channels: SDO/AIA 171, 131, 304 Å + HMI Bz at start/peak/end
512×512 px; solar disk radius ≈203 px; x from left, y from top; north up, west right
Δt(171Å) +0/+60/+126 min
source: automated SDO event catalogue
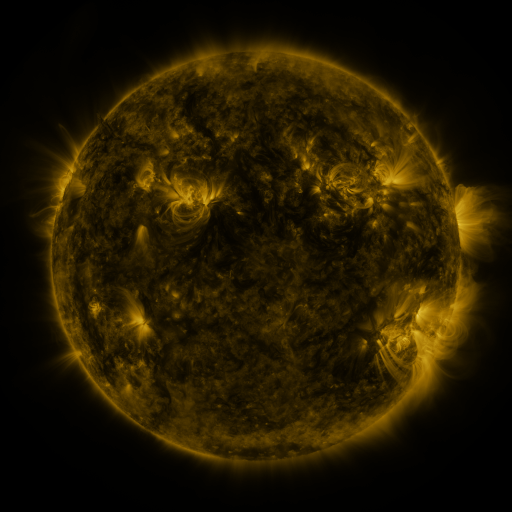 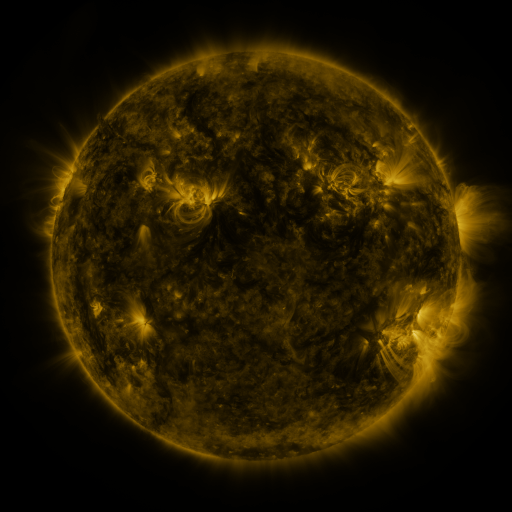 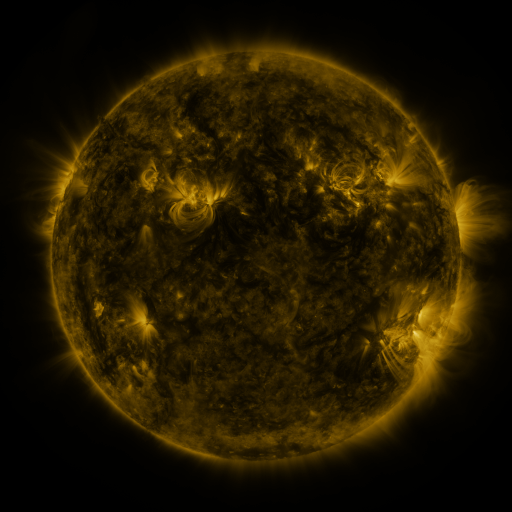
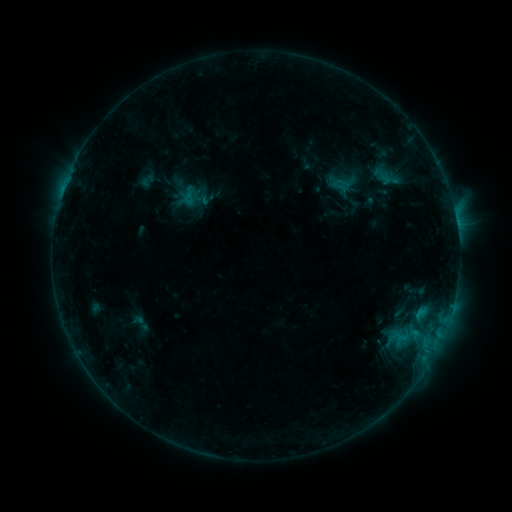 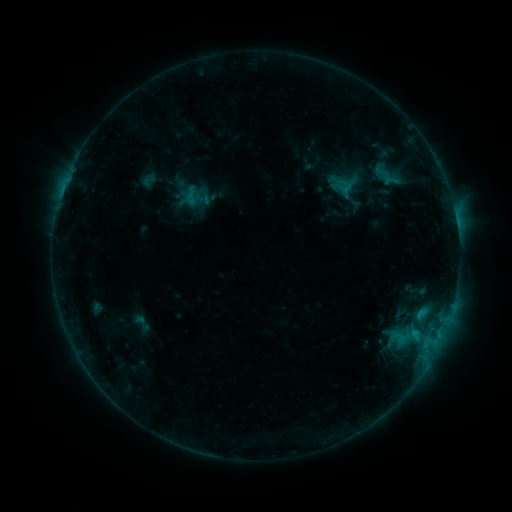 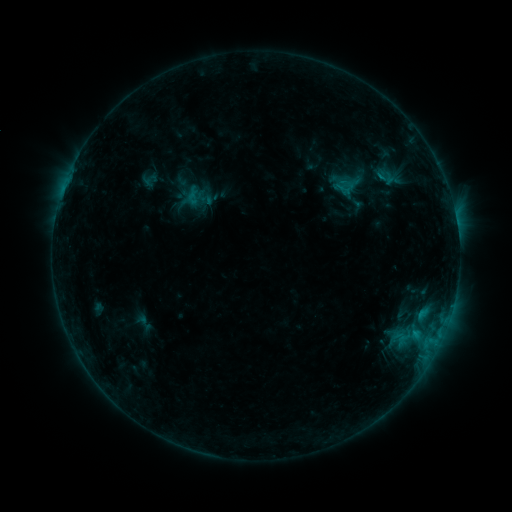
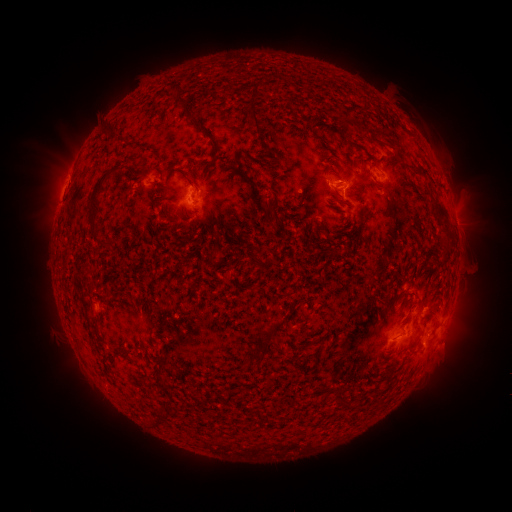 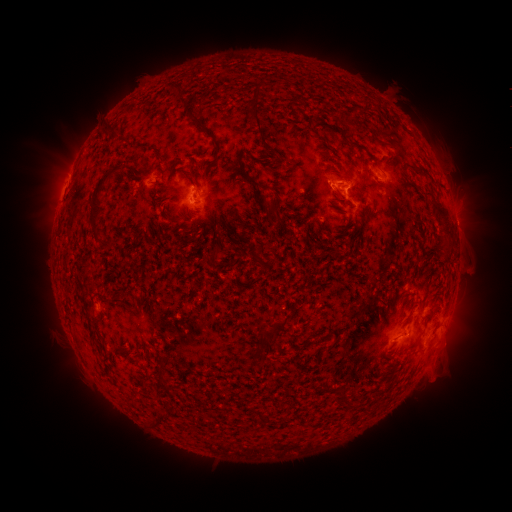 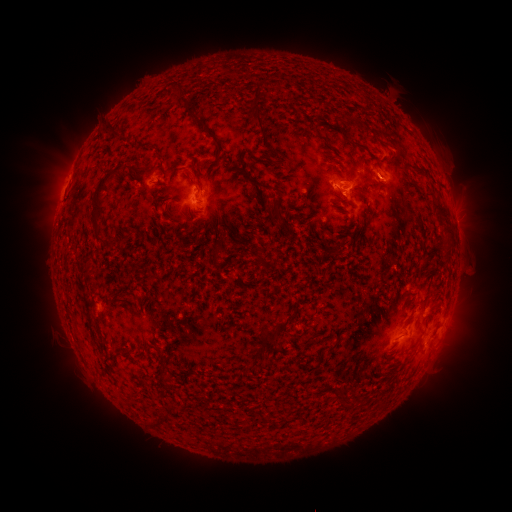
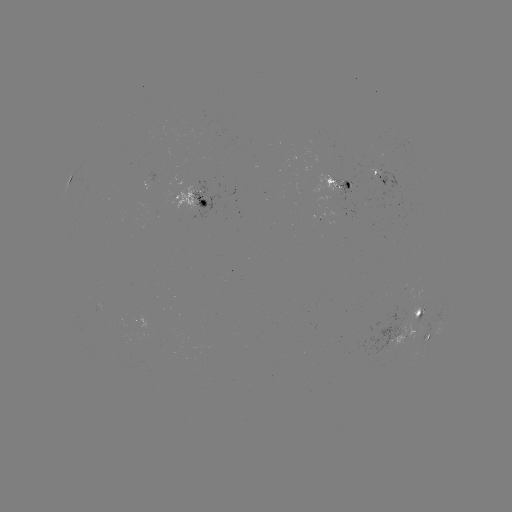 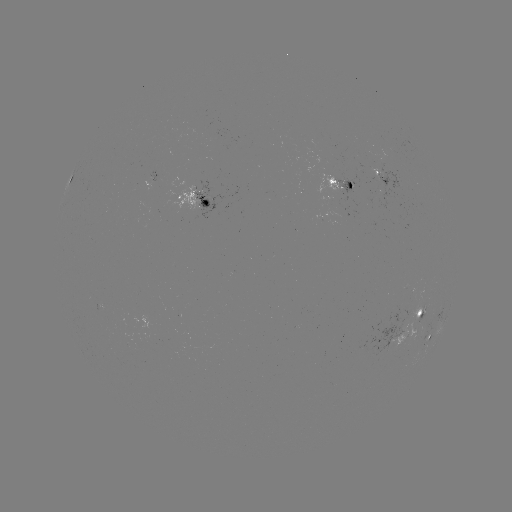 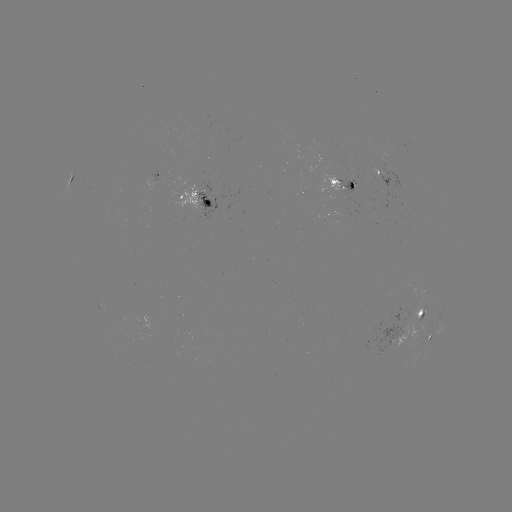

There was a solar filament eruption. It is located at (437, 355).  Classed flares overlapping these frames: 1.